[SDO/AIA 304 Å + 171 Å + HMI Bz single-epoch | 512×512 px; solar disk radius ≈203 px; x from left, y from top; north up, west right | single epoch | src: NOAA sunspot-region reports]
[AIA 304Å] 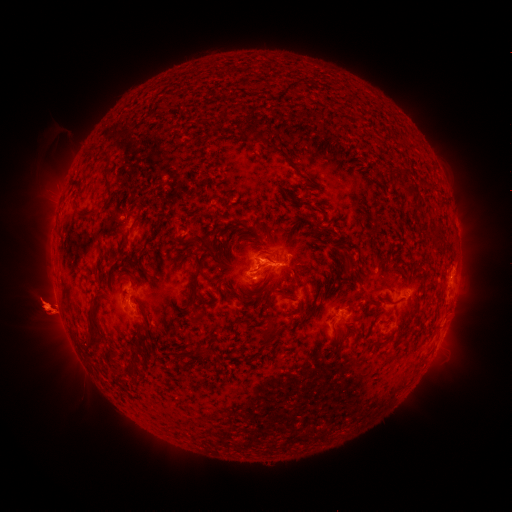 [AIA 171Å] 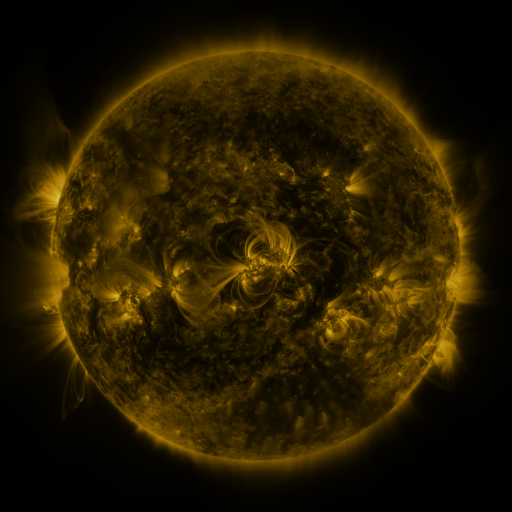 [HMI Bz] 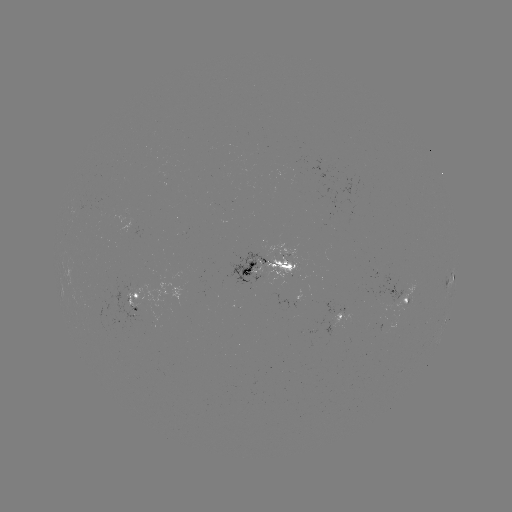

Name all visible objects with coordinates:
spotted active region: (270, 268)
spotted active region: (449, 280)
spotted active region: (403, 293)
spotted active region: (135, 302)
spotted active region: (343, 315)
spotted active region: (446, 320)
